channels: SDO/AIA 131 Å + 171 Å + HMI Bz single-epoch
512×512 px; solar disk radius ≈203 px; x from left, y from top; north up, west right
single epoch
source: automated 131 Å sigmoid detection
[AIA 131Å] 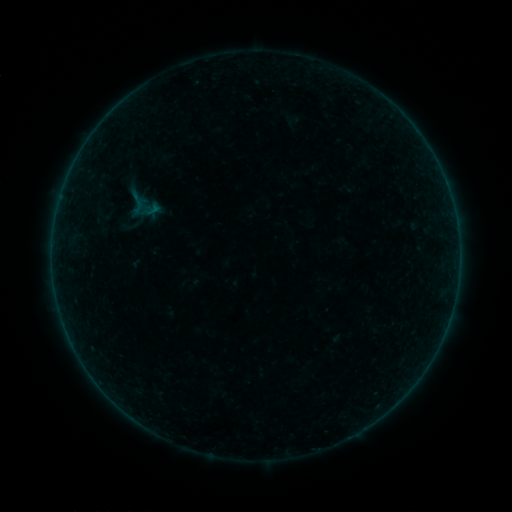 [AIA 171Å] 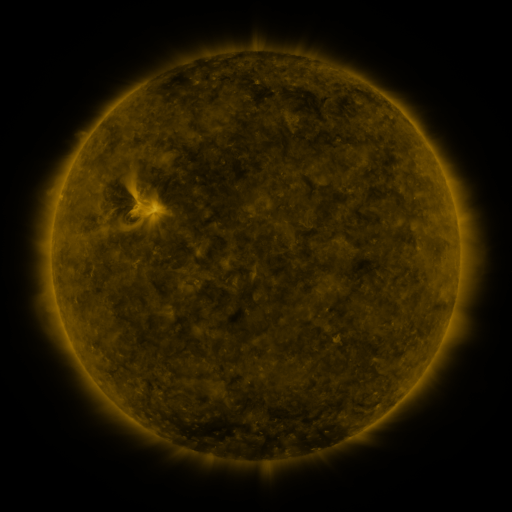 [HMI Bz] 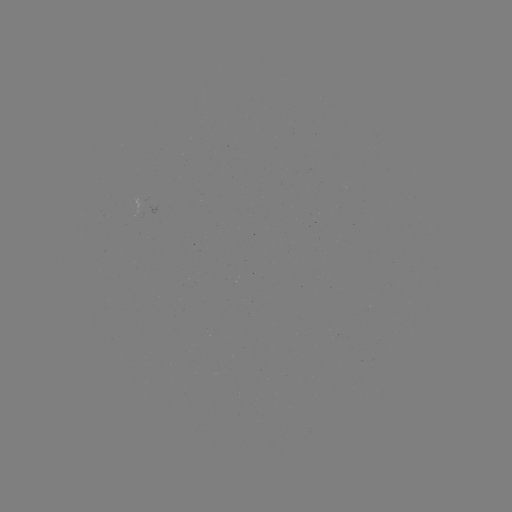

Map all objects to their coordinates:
sigmoid: (125, 190, 149, 215)
sigmoid: (91, 207, 108, 224)
